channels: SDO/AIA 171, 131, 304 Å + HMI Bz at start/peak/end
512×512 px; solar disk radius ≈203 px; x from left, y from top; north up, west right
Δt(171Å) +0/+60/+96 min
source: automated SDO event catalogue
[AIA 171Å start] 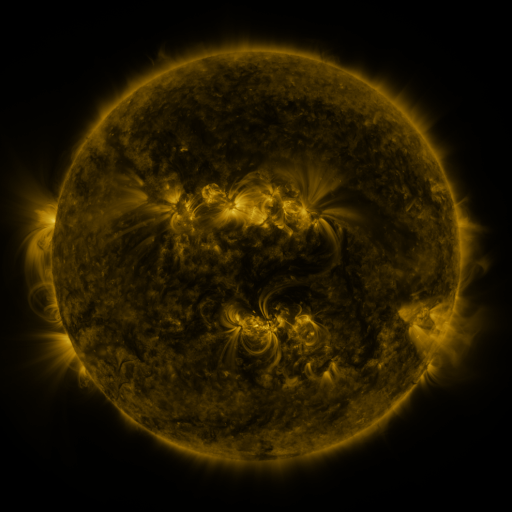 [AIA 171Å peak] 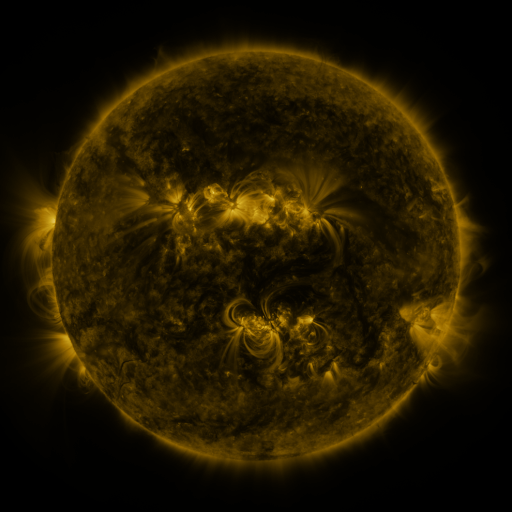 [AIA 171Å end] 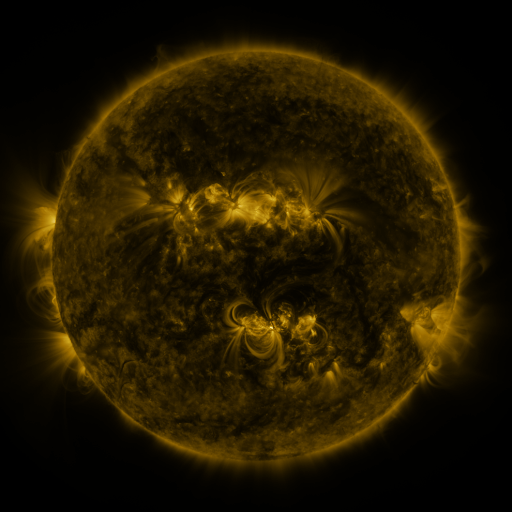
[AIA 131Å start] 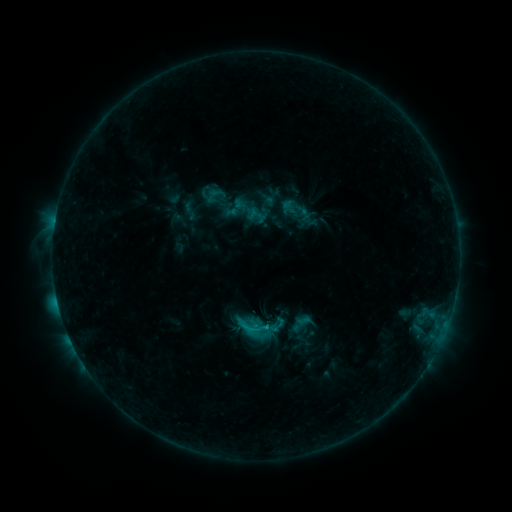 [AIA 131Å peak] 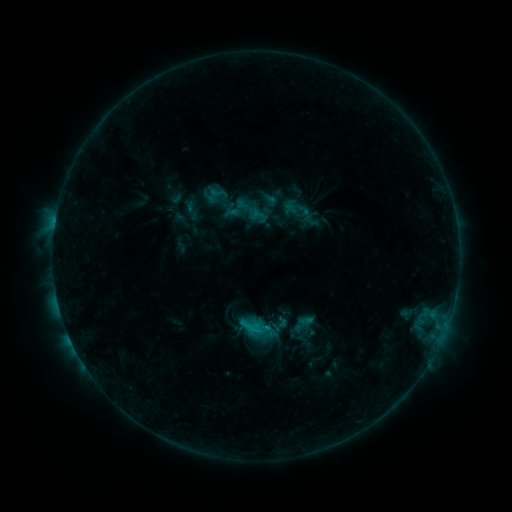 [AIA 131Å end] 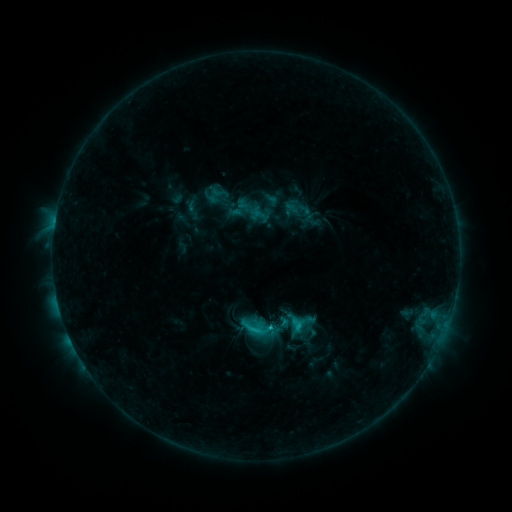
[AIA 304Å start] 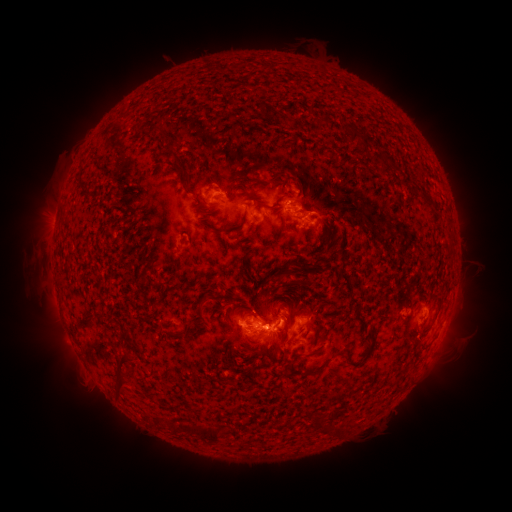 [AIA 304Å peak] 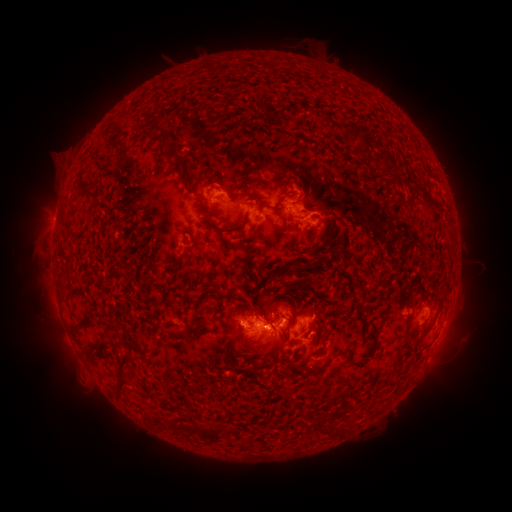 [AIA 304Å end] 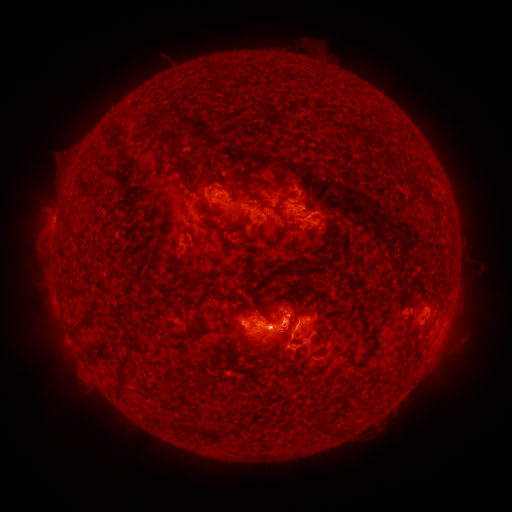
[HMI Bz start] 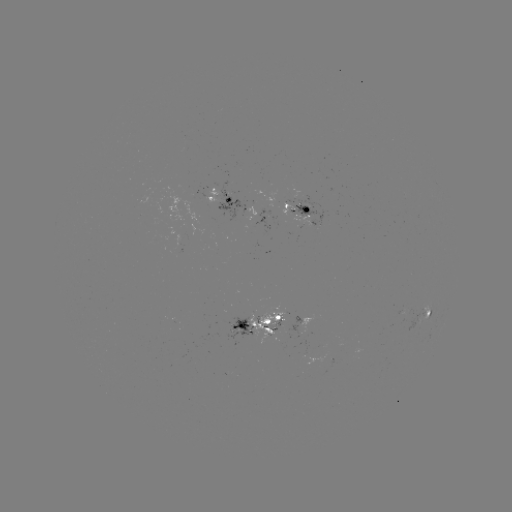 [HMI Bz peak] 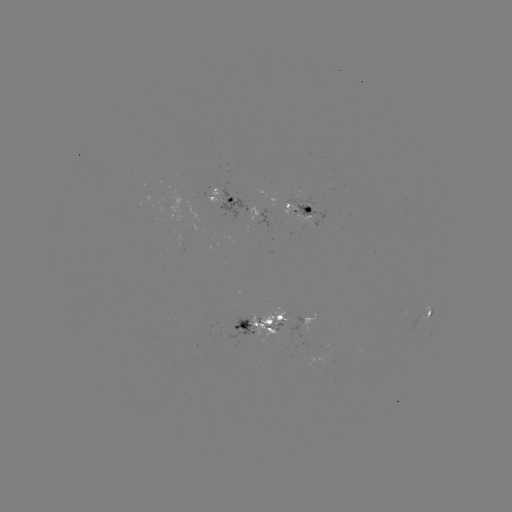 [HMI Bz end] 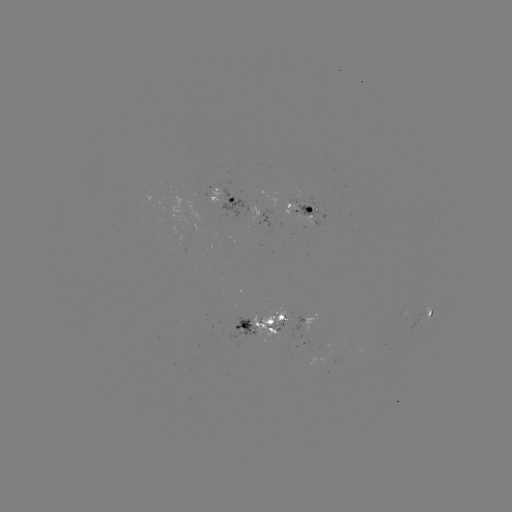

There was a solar emerging-flux region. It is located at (264, 319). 